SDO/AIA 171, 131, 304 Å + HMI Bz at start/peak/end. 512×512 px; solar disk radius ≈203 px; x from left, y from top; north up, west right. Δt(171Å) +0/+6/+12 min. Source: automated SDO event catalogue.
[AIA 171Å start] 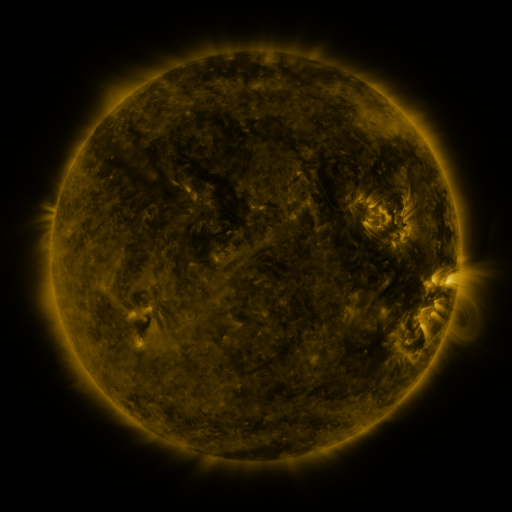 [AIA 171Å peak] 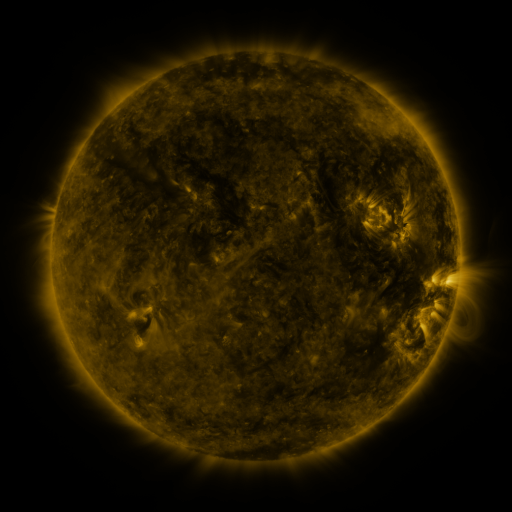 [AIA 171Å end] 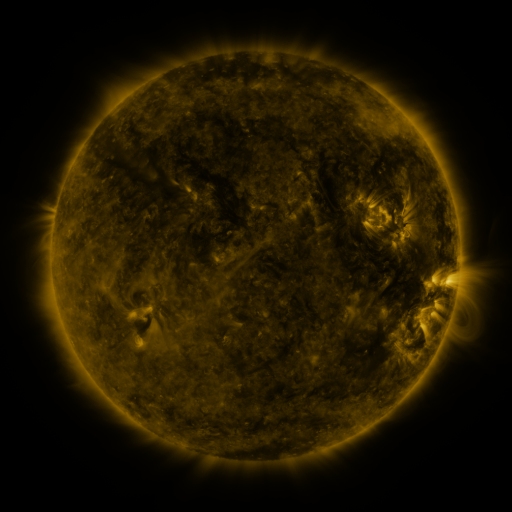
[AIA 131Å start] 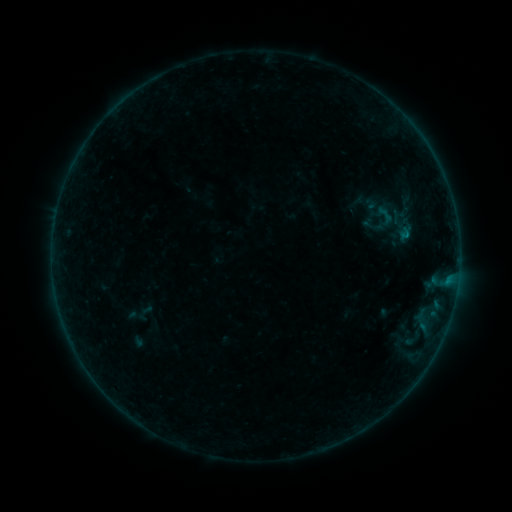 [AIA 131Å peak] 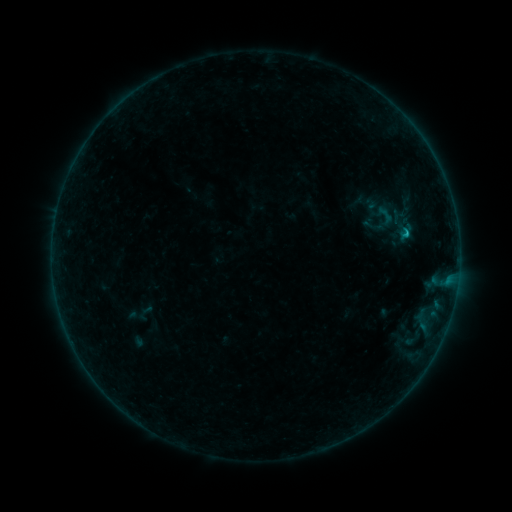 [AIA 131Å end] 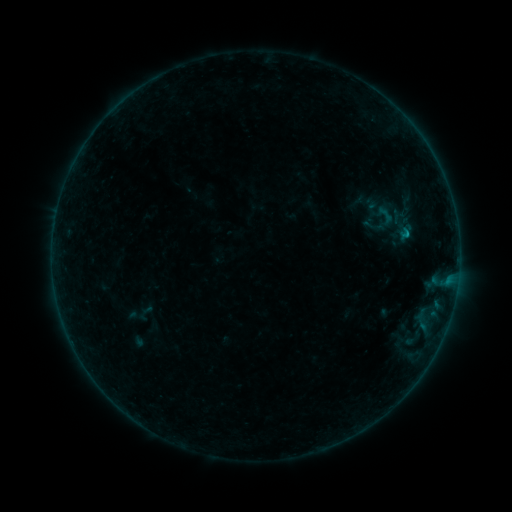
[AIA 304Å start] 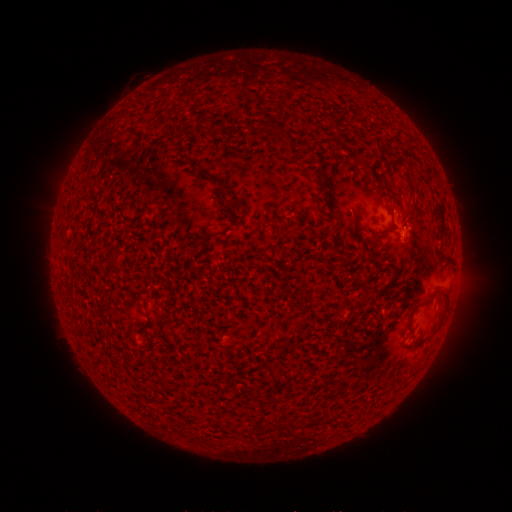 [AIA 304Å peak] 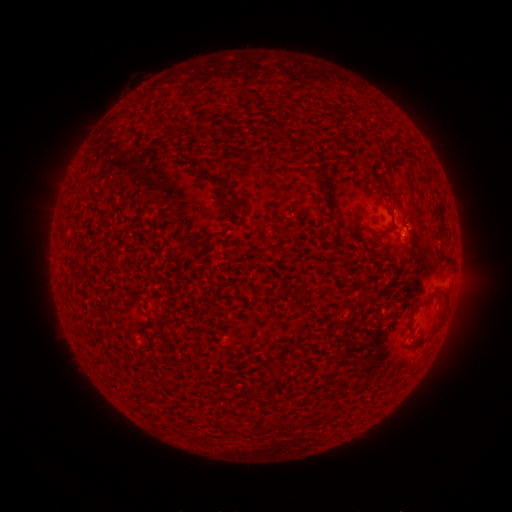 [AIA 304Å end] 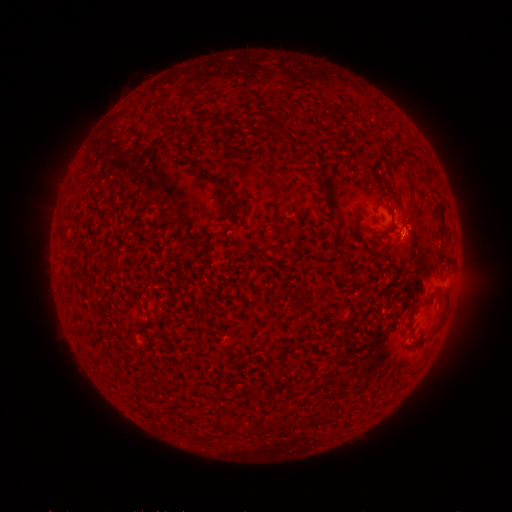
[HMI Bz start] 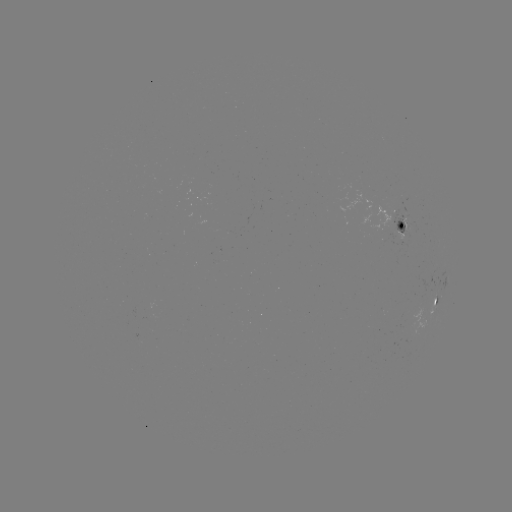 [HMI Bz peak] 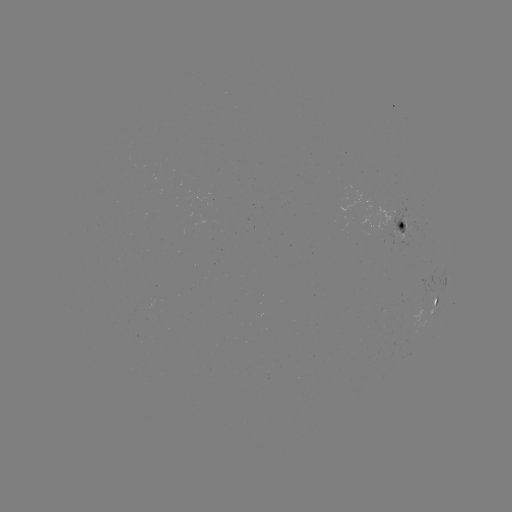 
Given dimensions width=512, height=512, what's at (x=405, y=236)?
B3.5 flare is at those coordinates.